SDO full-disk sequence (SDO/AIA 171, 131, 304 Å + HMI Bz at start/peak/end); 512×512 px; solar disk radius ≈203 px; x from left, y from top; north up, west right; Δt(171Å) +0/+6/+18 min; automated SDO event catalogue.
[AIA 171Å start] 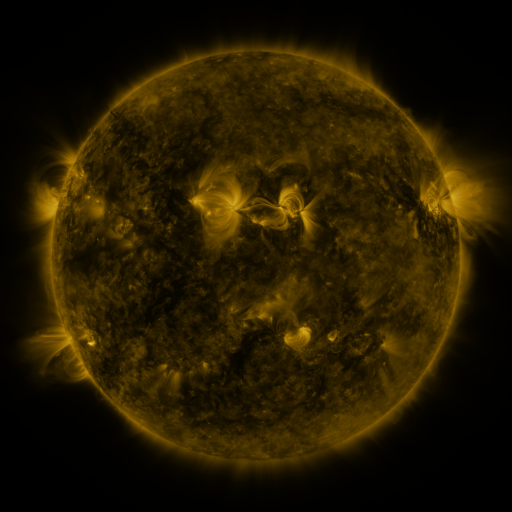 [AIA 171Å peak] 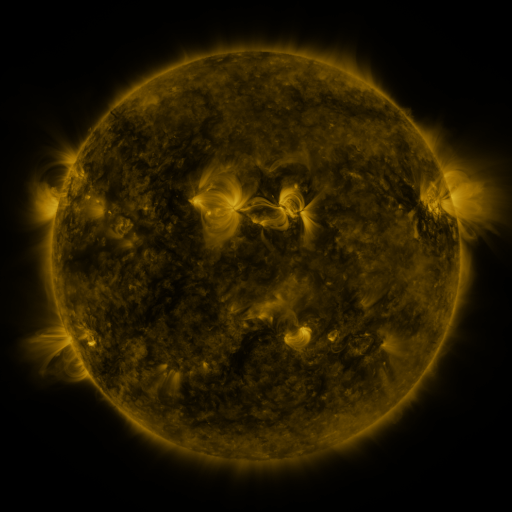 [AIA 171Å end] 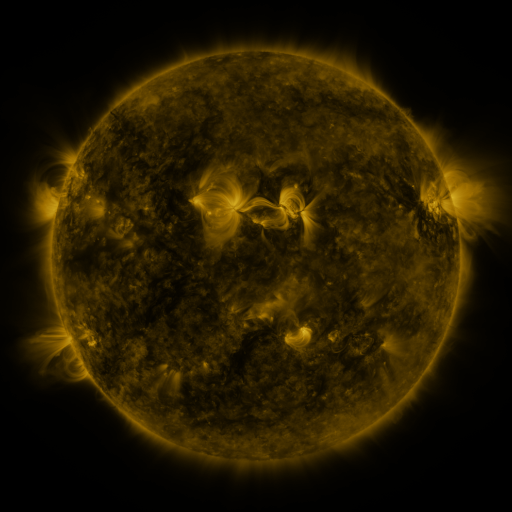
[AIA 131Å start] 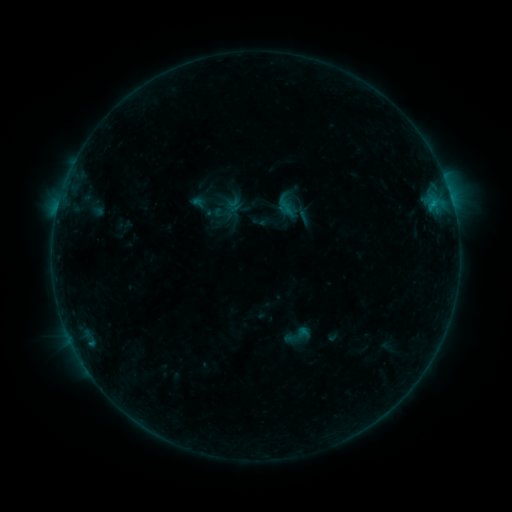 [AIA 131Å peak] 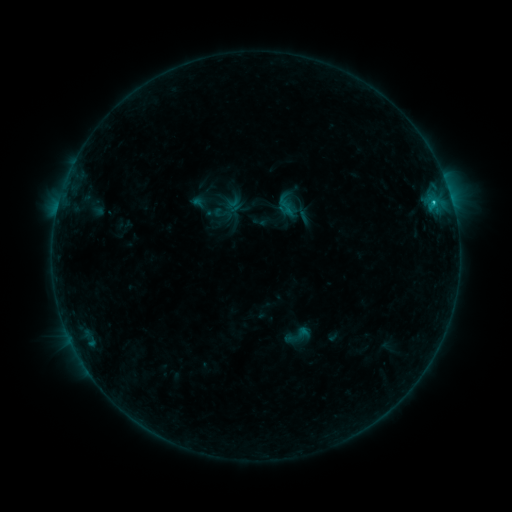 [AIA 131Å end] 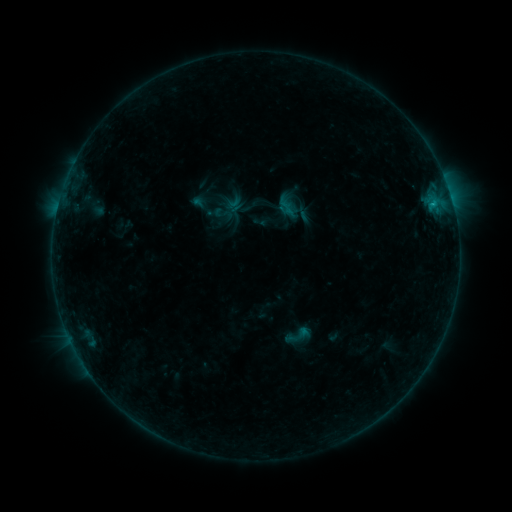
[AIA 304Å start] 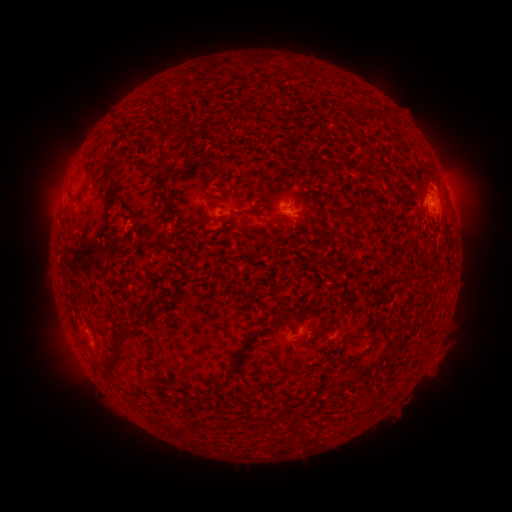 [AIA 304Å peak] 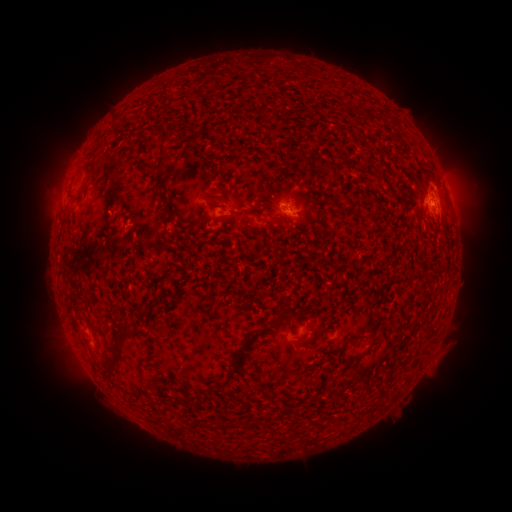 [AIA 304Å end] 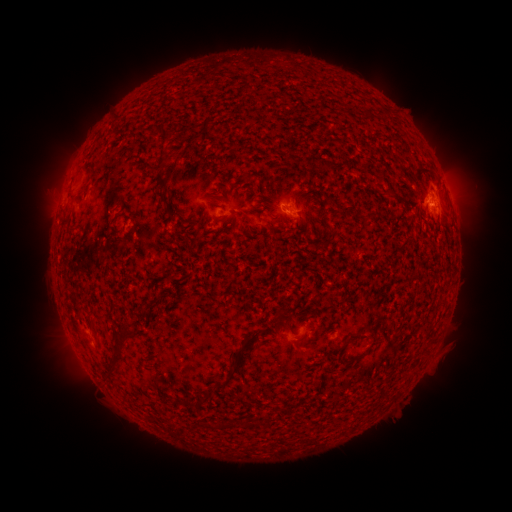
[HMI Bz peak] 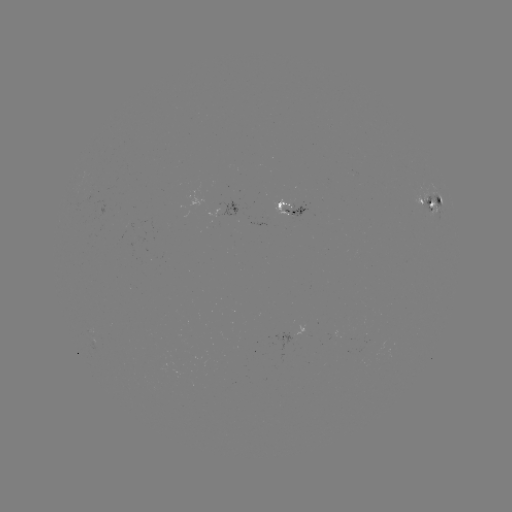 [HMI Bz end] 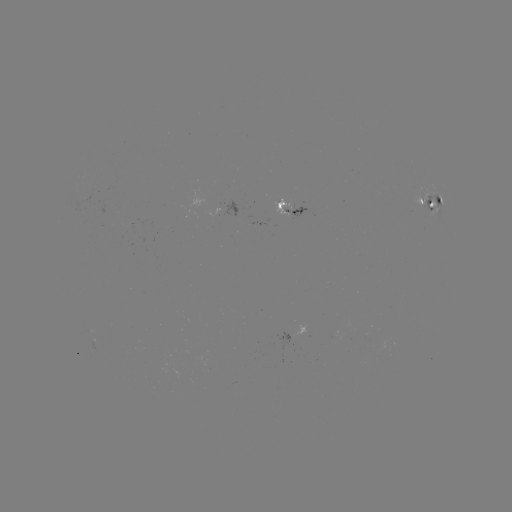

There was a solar flare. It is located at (430, 209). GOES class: B6.9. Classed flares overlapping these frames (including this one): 1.